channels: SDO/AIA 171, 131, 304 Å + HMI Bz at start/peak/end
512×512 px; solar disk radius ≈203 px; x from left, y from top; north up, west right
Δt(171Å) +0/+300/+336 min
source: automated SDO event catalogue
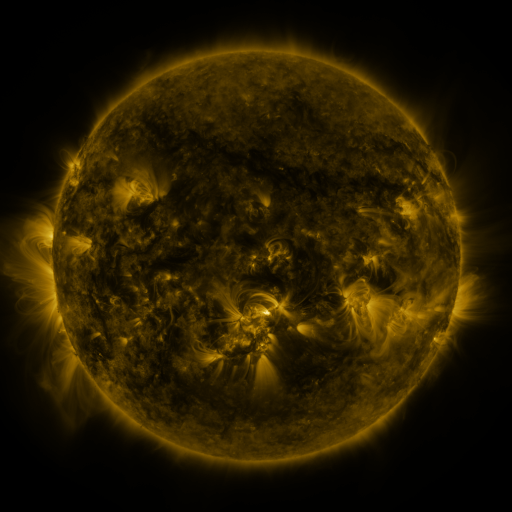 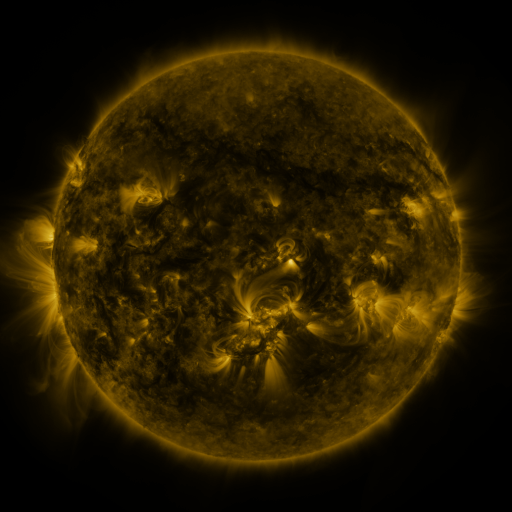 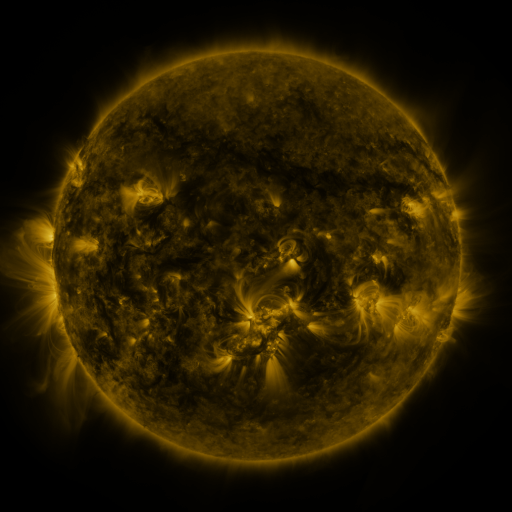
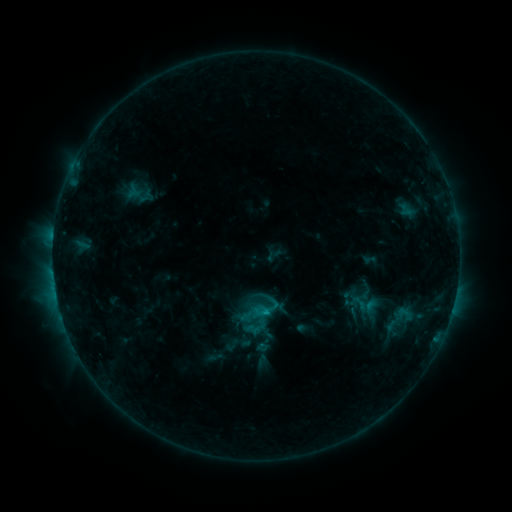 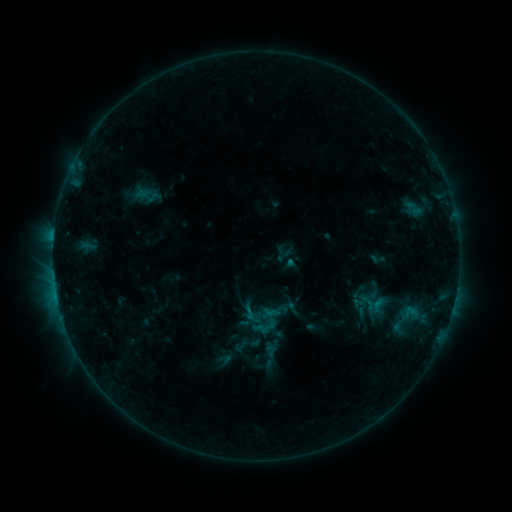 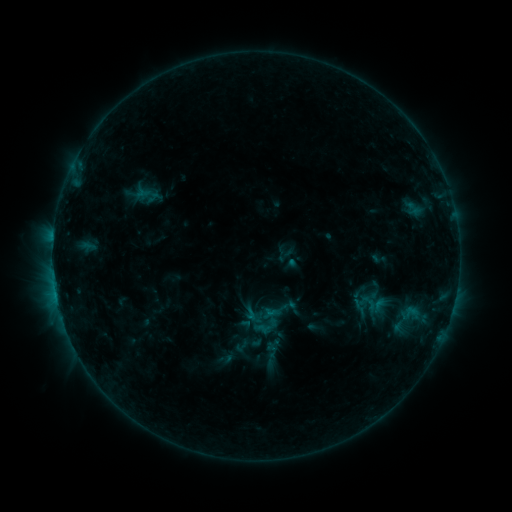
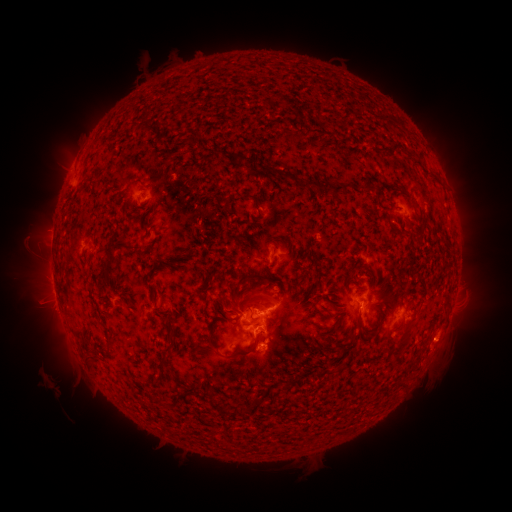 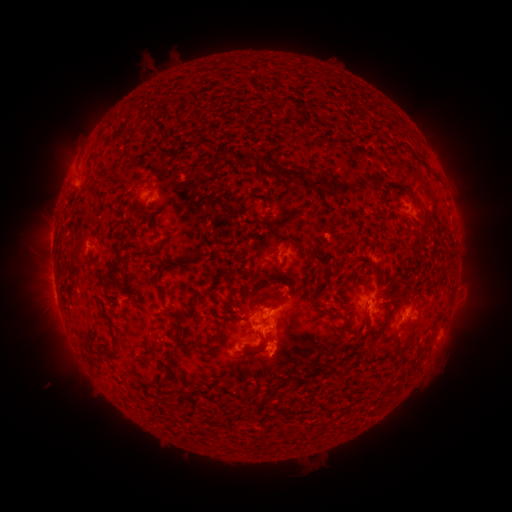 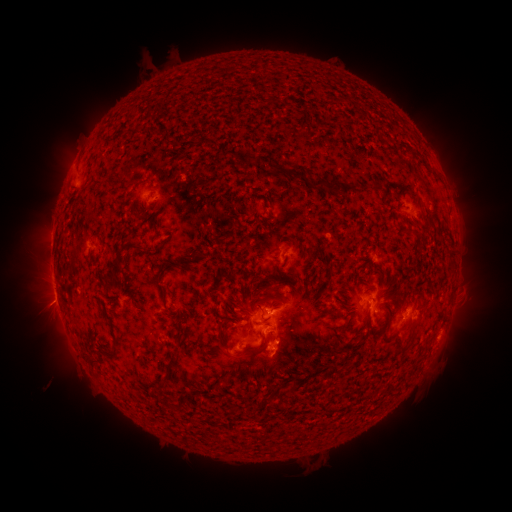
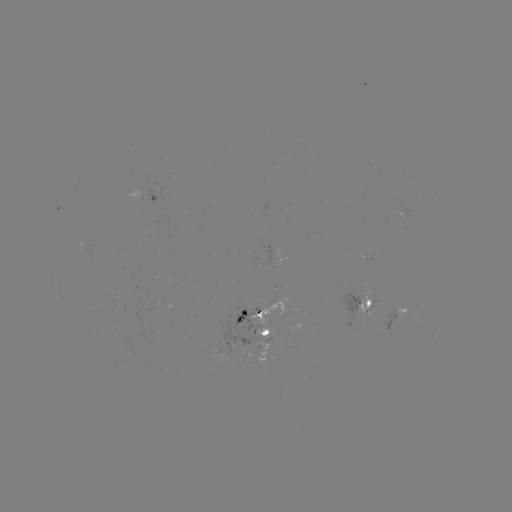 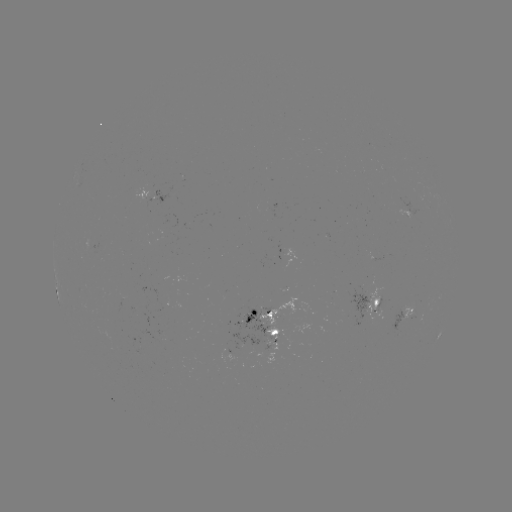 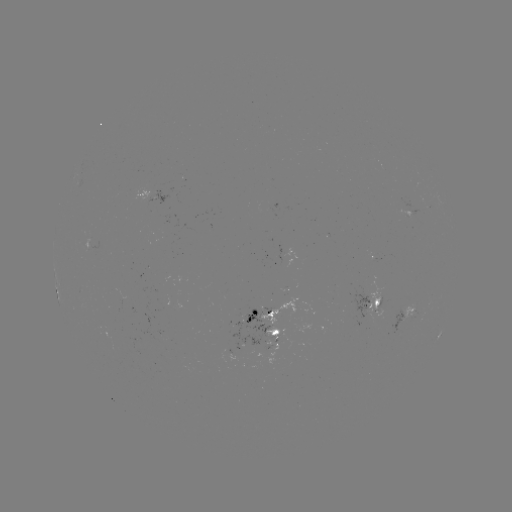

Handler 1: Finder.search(emerging-flux region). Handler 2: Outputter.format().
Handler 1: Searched emerging-flux region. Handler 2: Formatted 369,308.